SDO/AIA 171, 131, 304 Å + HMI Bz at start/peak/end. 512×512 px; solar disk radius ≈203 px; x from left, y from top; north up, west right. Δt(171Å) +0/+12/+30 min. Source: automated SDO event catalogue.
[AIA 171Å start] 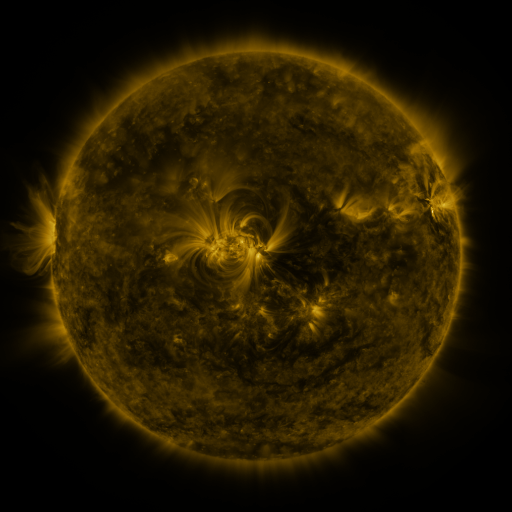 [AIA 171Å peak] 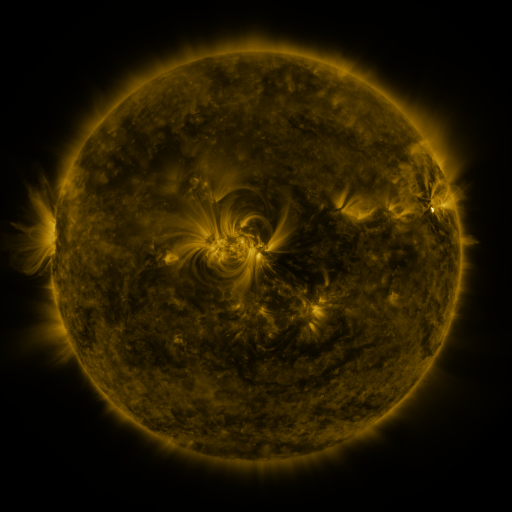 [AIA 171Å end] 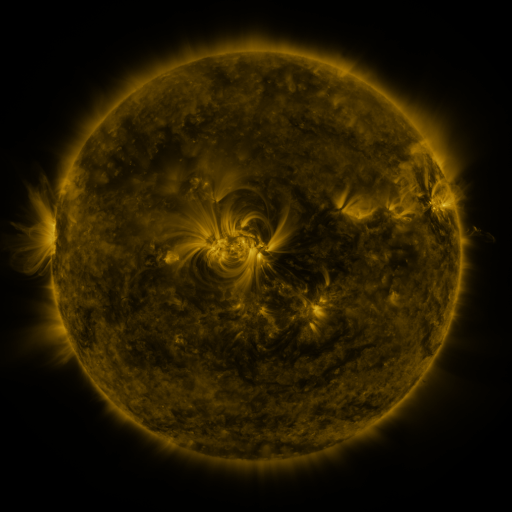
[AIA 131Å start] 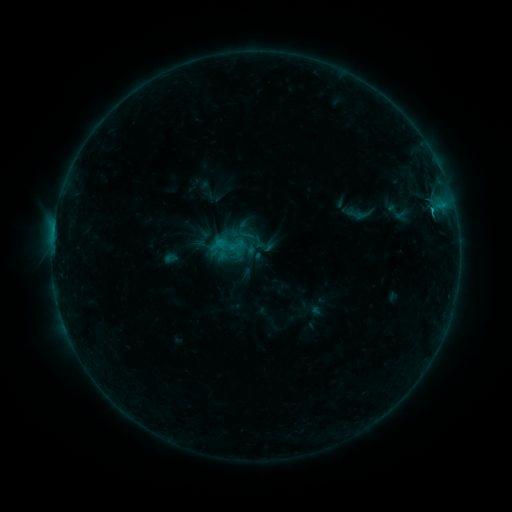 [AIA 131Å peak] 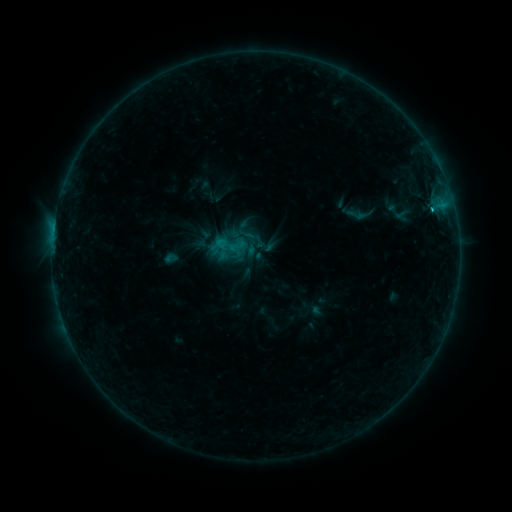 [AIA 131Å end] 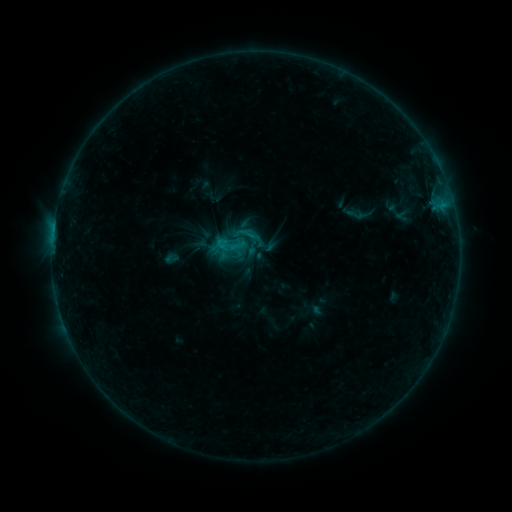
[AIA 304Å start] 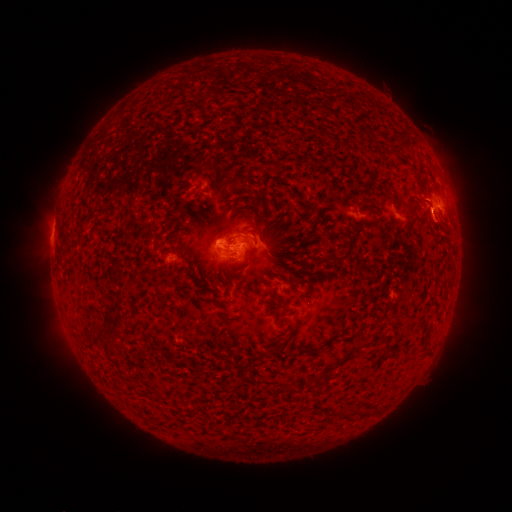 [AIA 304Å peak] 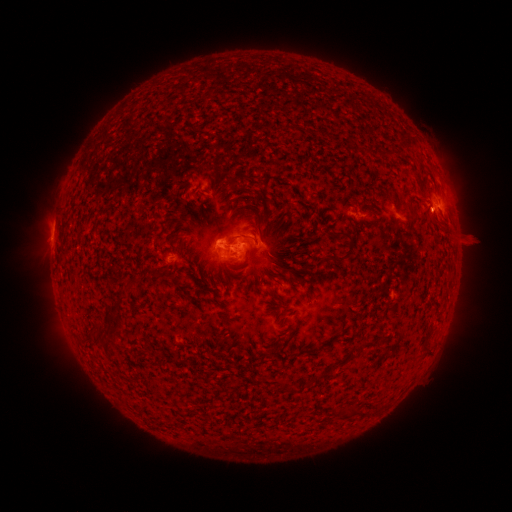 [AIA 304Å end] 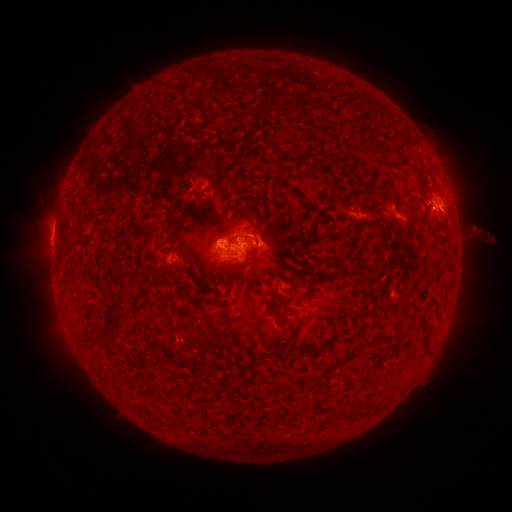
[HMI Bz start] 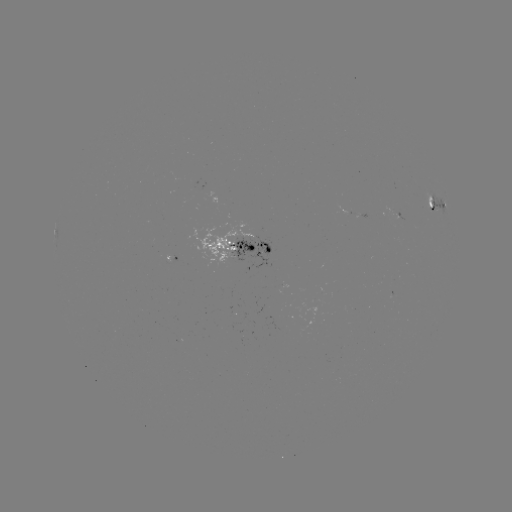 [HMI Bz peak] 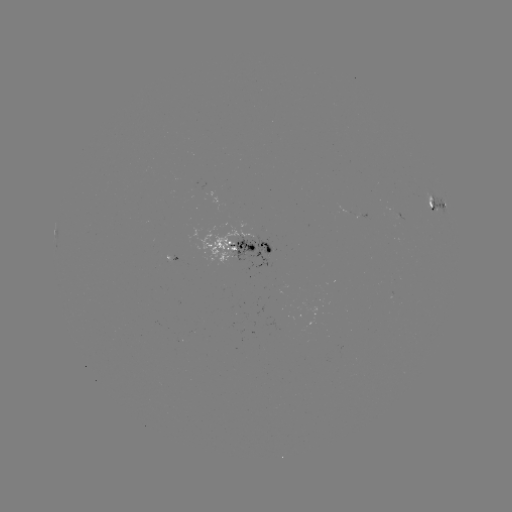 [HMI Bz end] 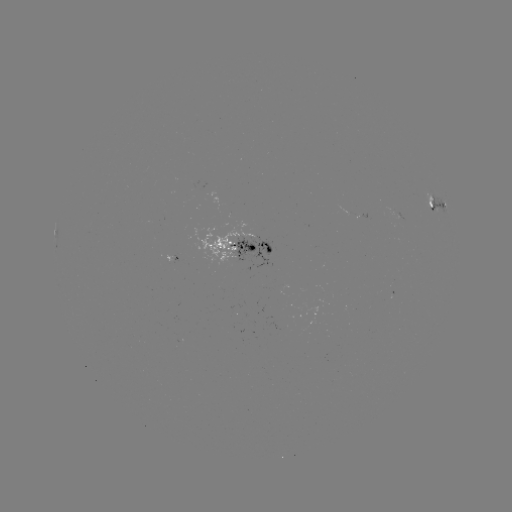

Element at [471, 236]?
eruption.